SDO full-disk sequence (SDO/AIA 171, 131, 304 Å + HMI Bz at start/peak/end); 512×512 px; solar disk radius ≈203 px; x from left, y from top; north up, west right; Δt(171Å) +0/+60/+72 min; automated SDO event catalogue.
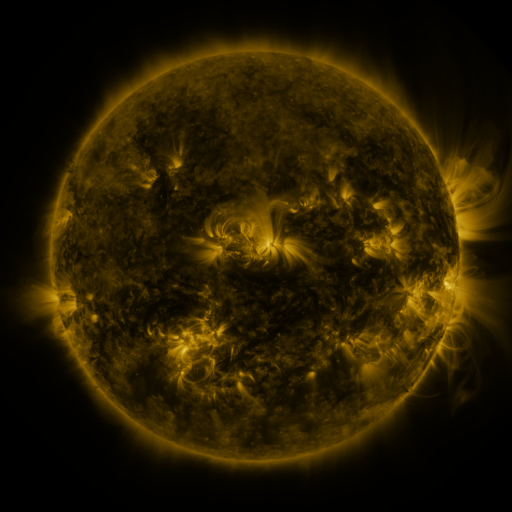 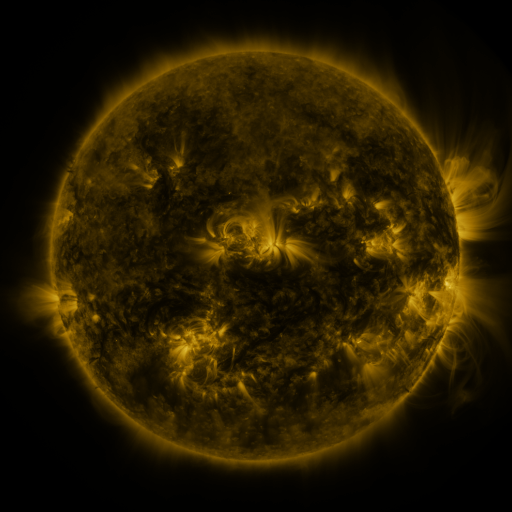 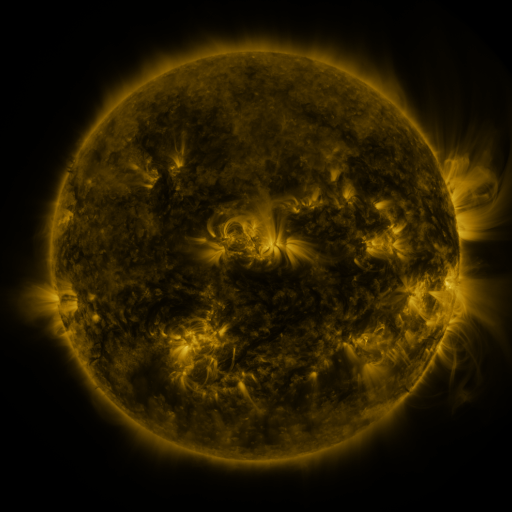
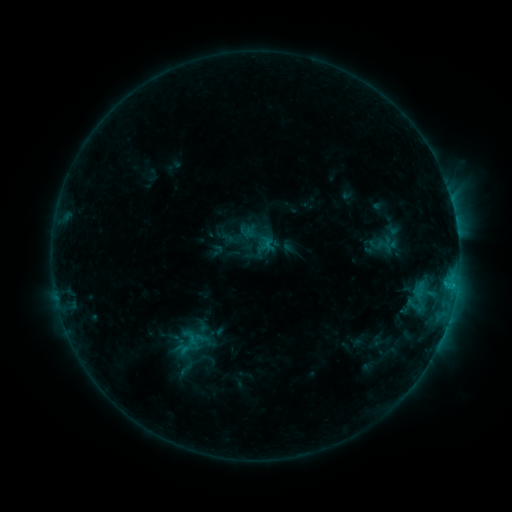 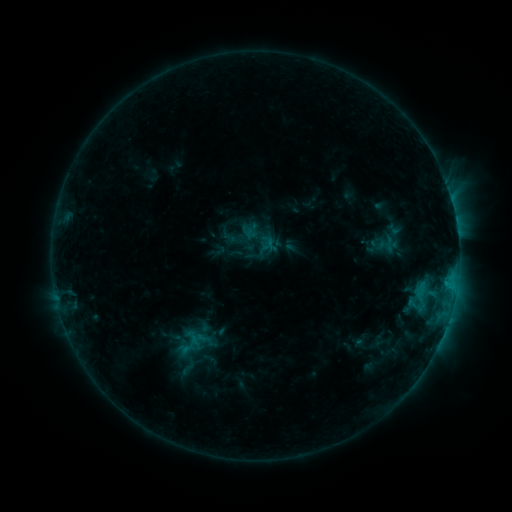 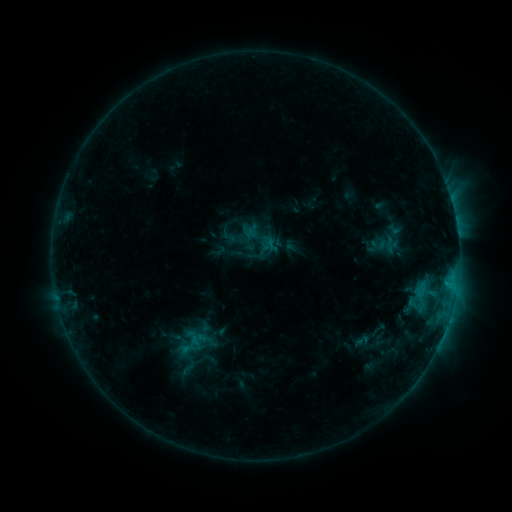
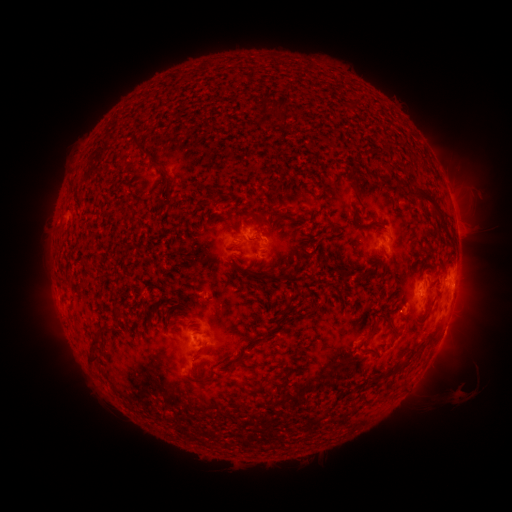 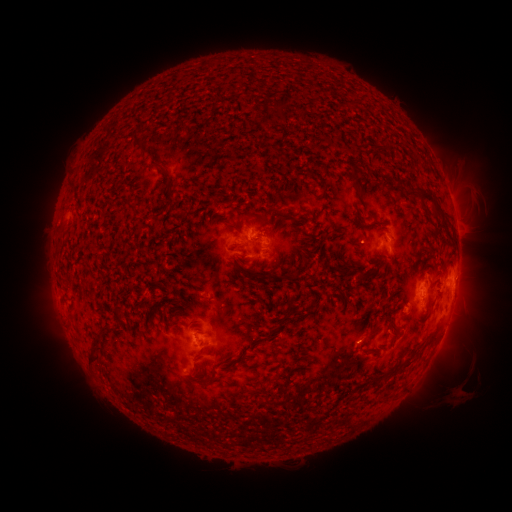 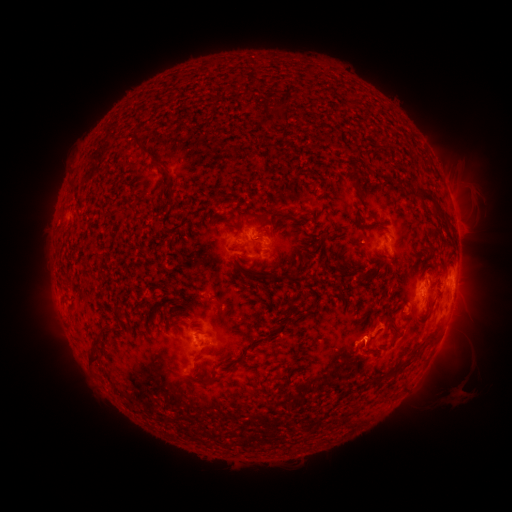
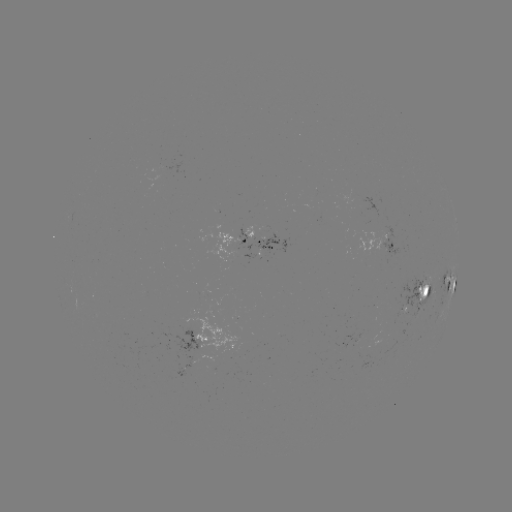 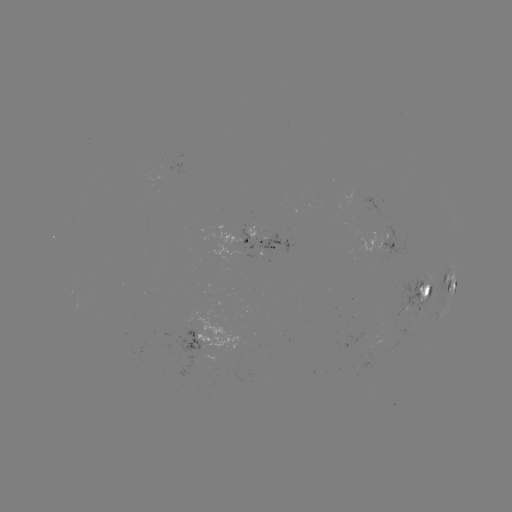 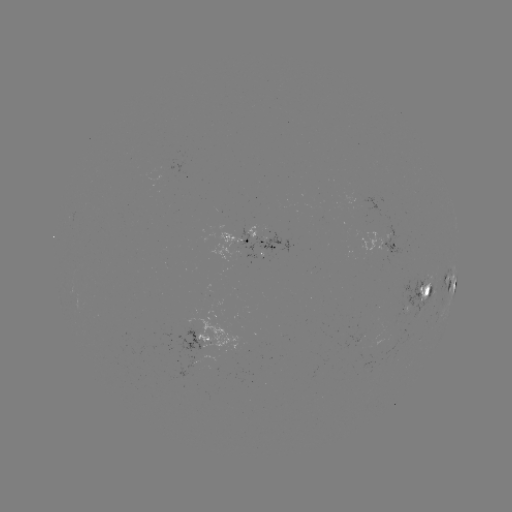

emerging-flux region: [419, 275, 431, 301]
